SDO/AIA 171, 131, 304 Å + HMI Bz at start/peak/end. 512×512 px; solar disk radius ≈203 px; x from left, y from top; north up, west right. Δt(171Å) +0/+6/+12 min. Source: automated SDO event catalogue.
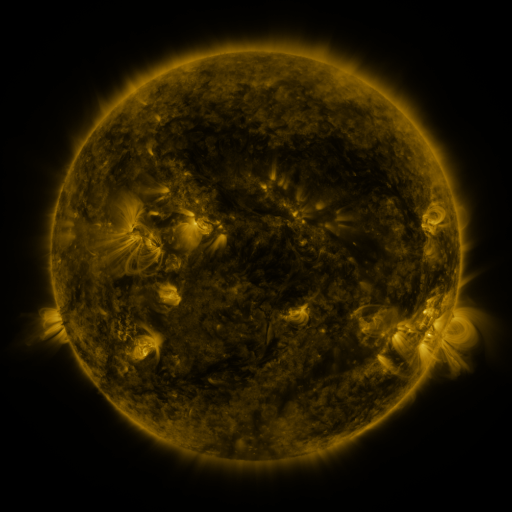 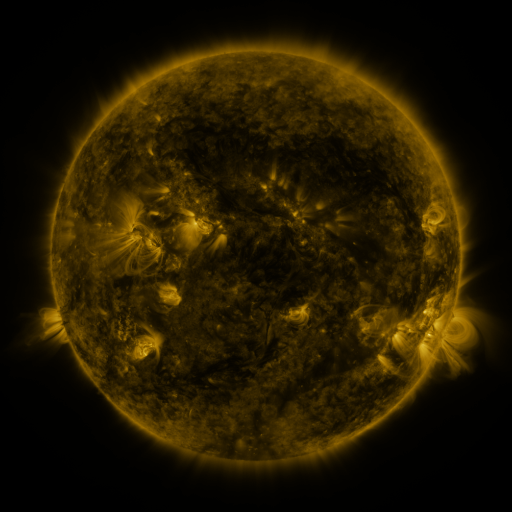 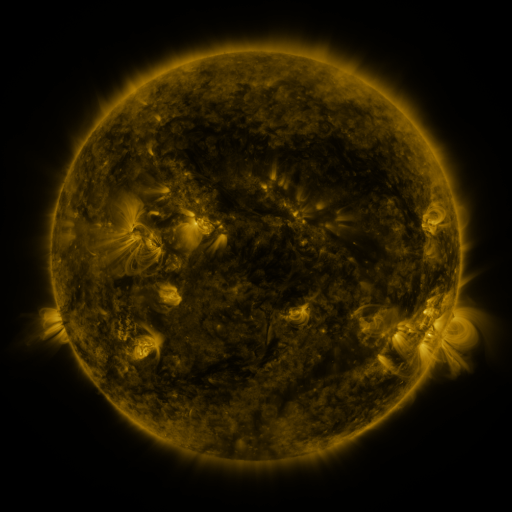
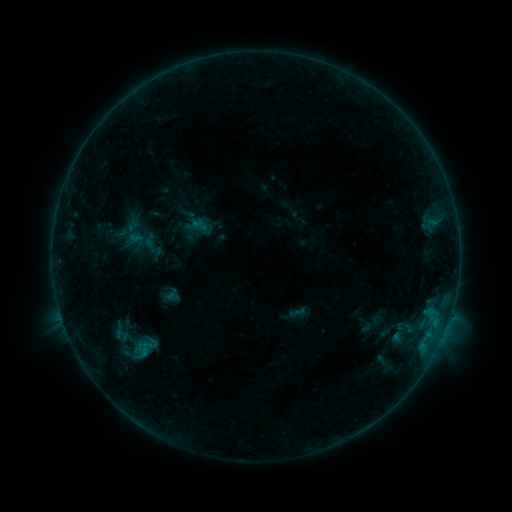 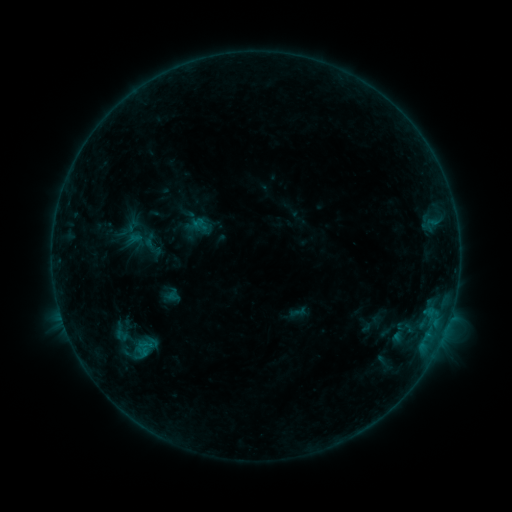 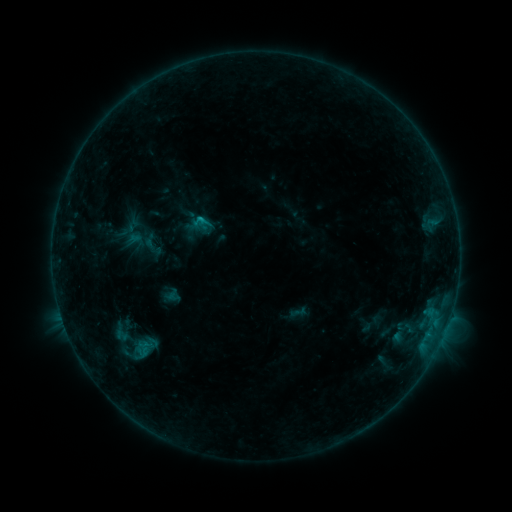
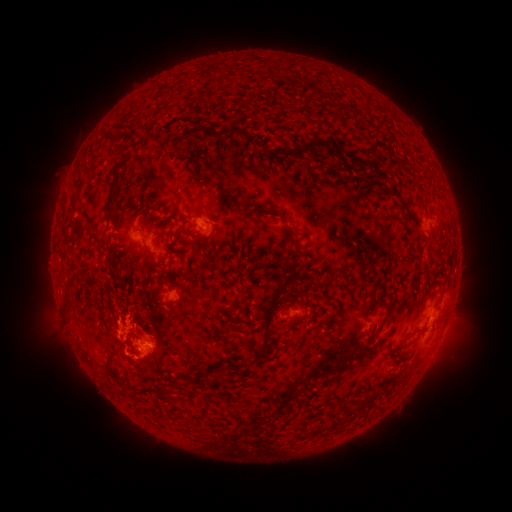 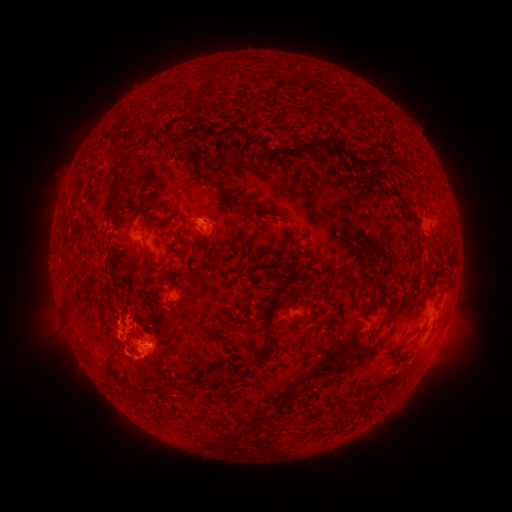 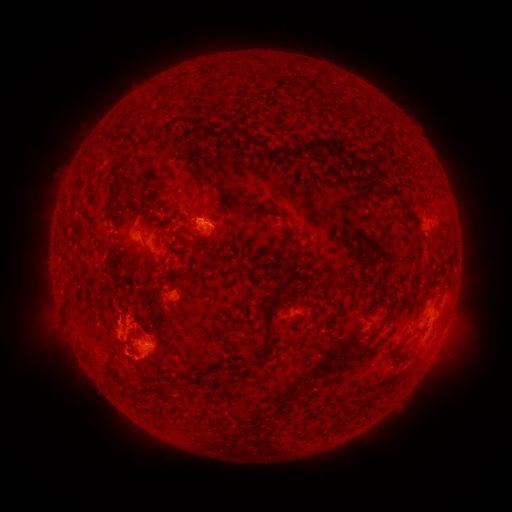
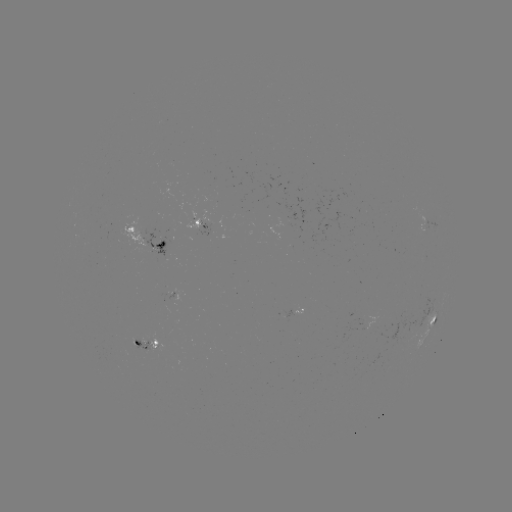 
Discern B6.6 flare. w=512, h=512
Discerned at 201,223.